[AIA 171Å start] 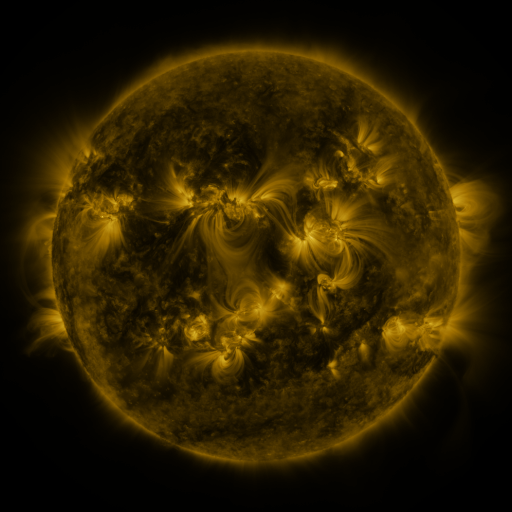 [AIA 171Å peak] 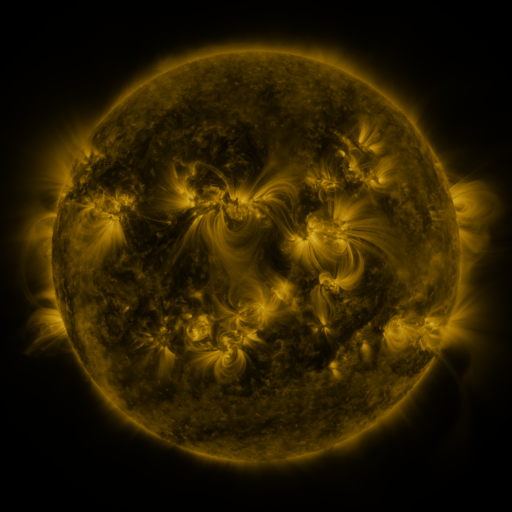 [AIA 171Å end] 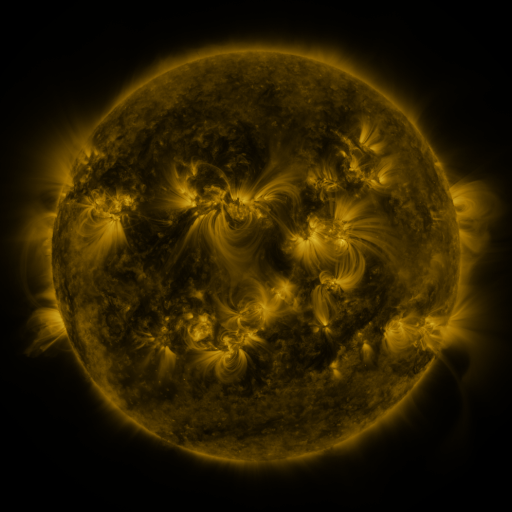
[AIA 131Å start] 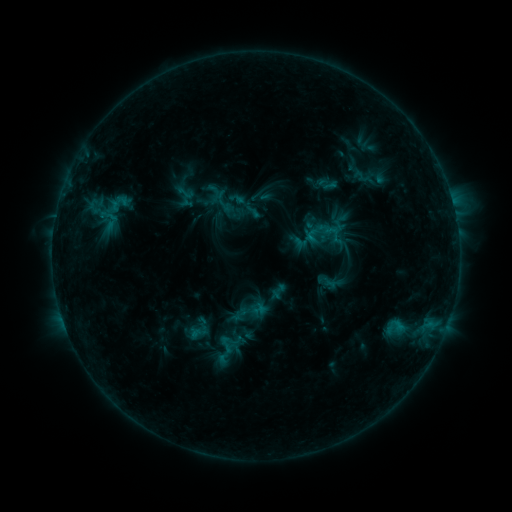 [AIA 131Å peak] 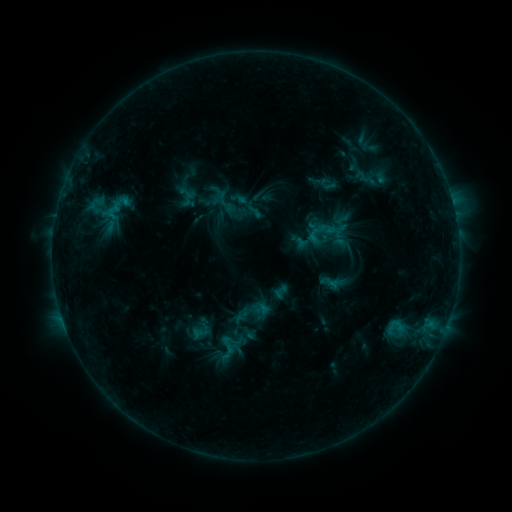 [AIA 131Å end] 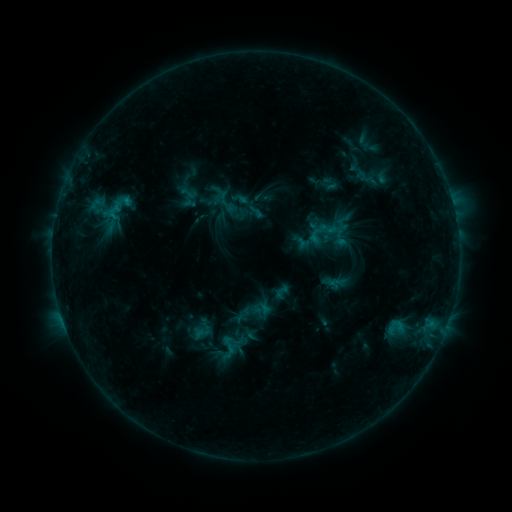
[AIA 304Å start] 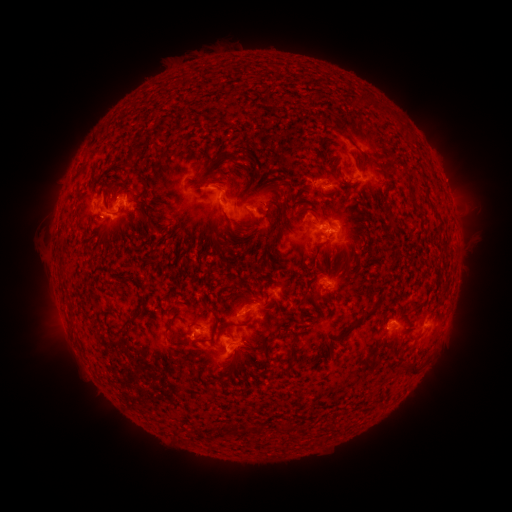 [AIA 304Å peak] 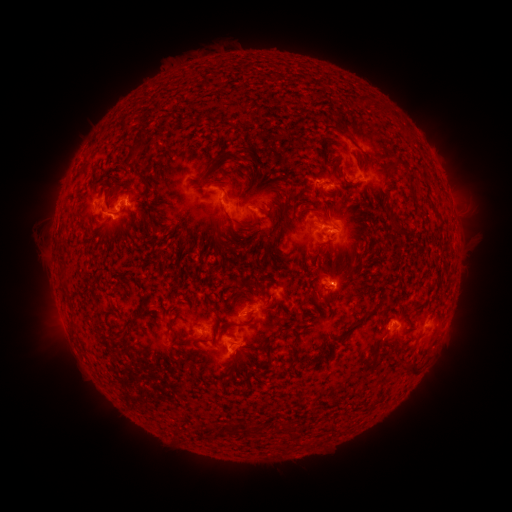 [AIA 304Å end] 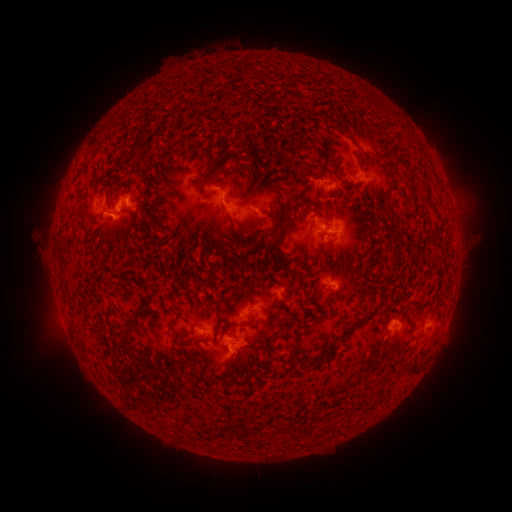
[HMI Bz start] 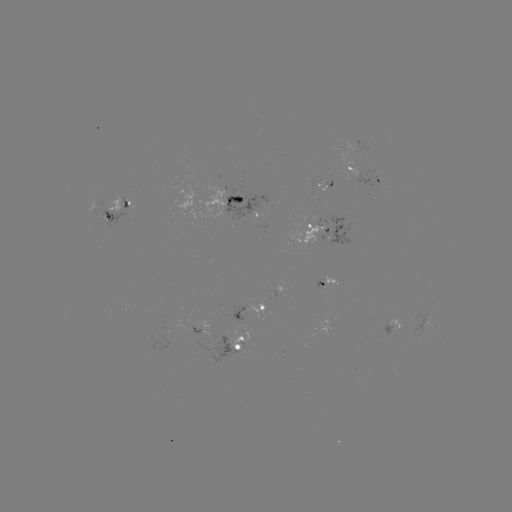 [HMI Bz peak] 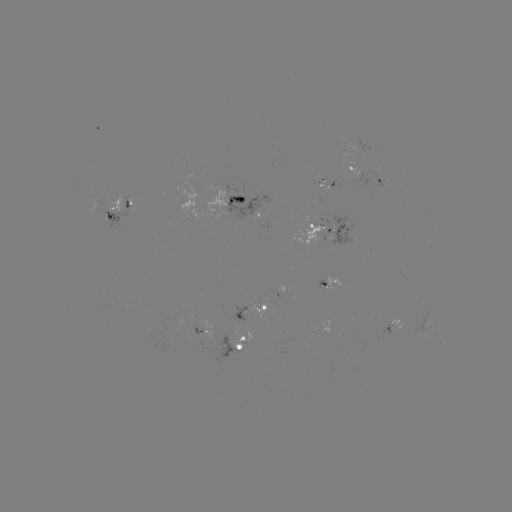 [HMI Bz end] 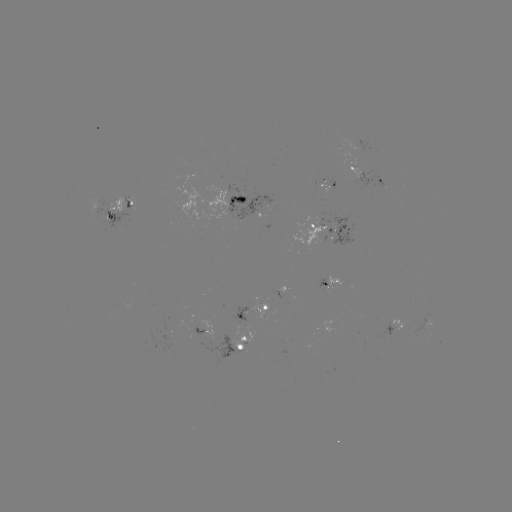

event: emerging-flux region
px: (317, 240)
